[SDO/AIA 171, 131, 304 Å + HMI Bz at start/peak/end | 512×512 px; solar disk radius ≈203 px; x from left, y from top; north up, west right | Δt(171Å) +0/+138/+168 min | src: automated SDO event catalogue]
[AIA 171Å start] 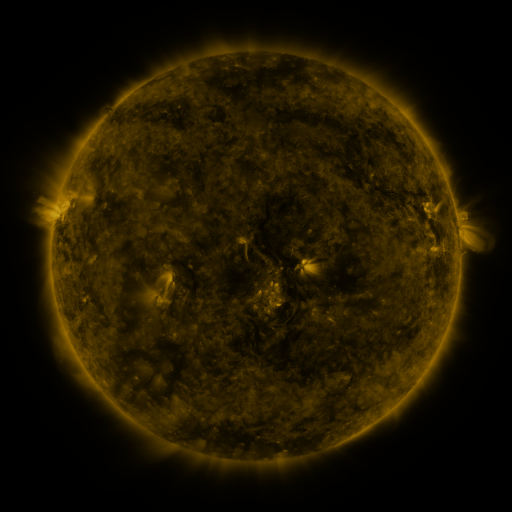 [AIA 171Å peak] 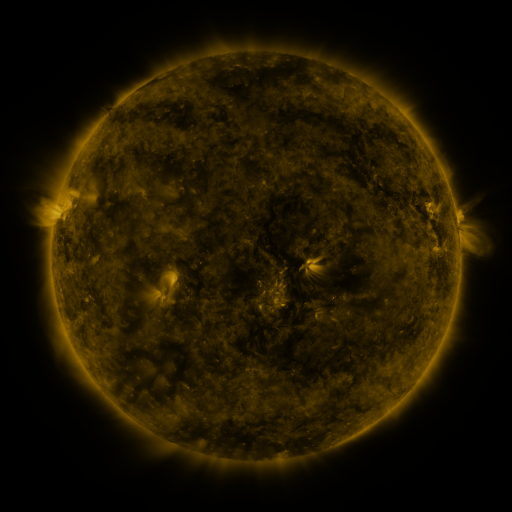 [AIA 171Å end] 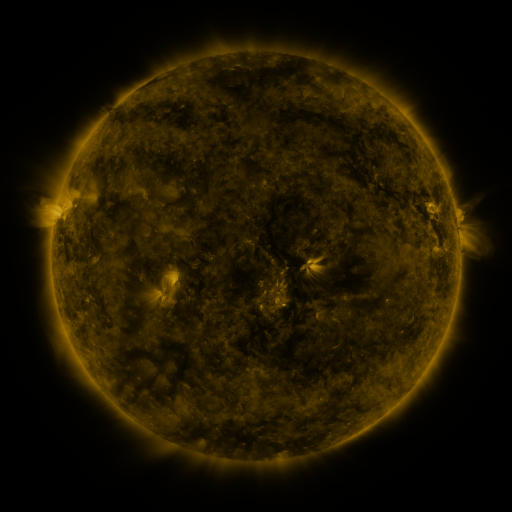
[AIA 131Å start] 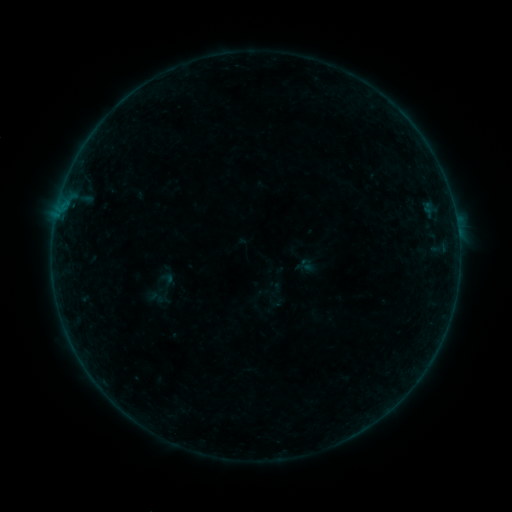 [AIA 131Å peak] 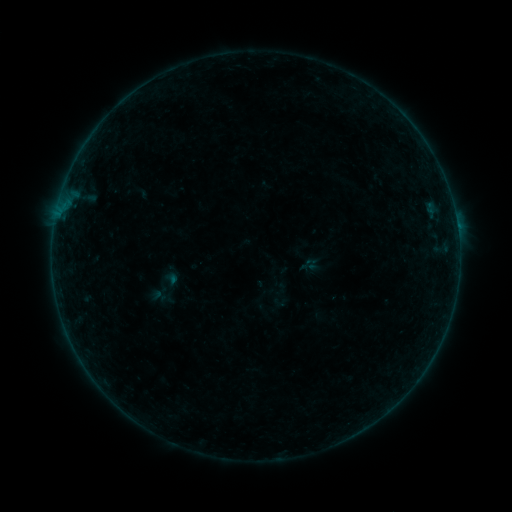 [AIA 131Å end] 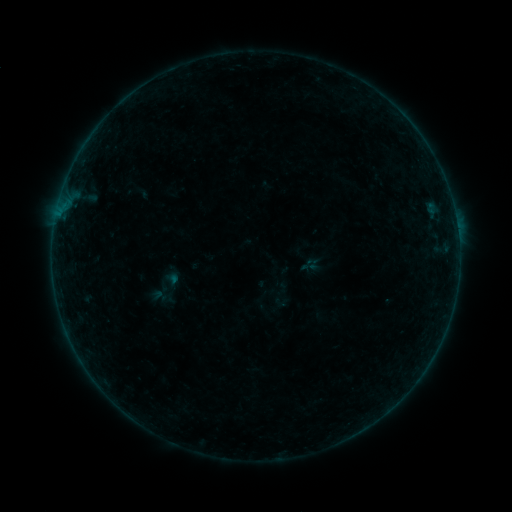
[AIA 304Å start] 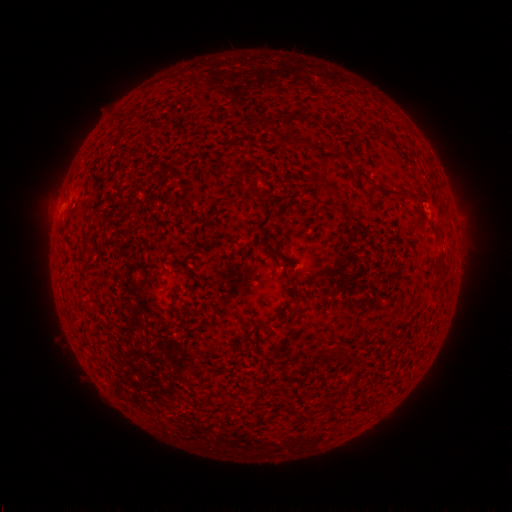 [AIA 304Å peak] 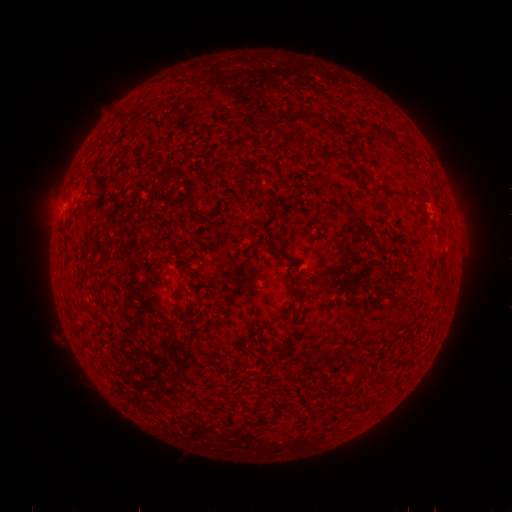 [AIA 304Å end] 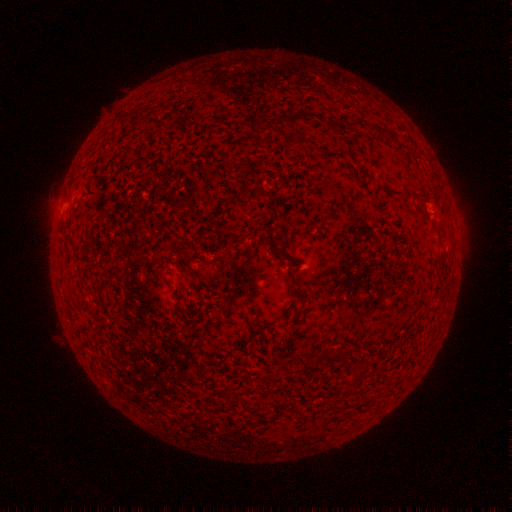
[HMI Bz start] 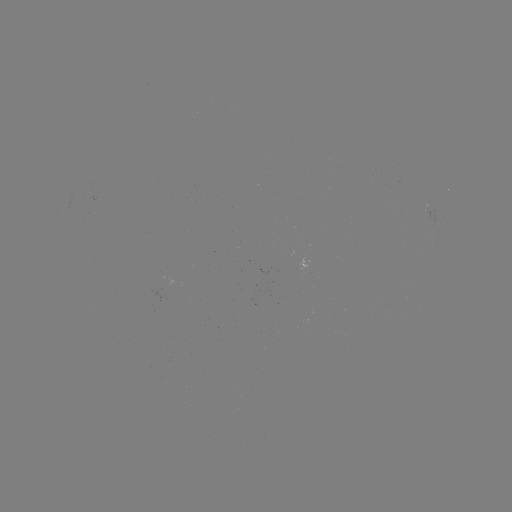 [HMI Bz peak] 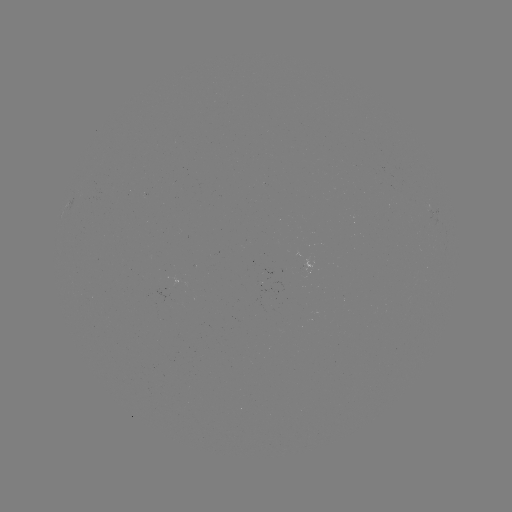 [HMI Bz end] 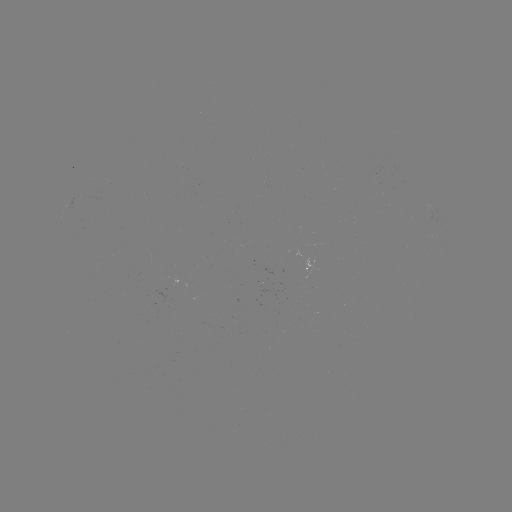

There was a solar flare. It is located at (457, 227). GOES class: B2.4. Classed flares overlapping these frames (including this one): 1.